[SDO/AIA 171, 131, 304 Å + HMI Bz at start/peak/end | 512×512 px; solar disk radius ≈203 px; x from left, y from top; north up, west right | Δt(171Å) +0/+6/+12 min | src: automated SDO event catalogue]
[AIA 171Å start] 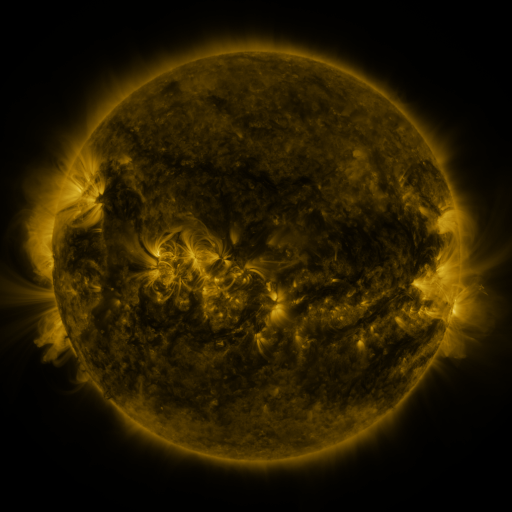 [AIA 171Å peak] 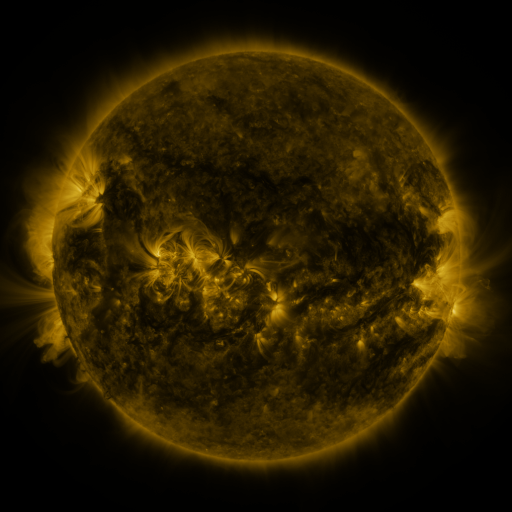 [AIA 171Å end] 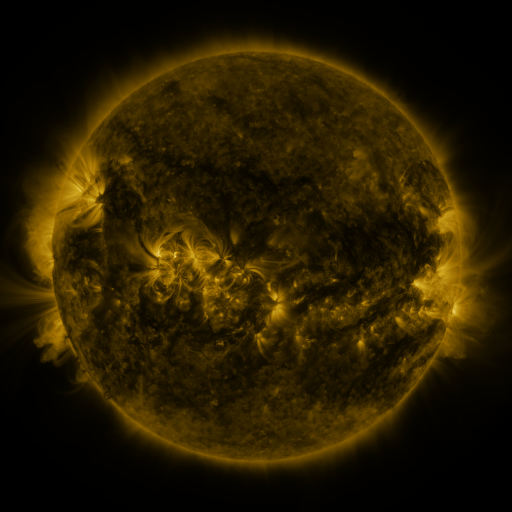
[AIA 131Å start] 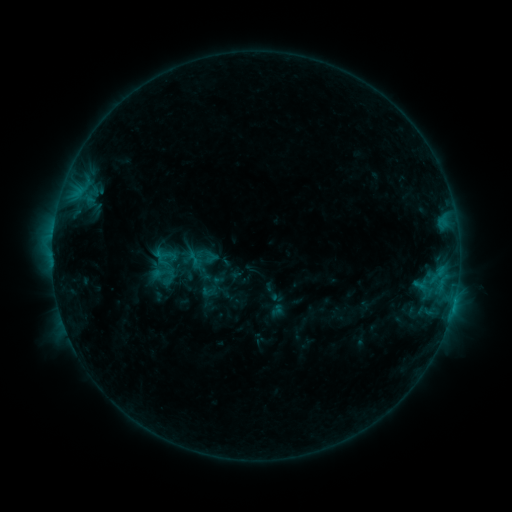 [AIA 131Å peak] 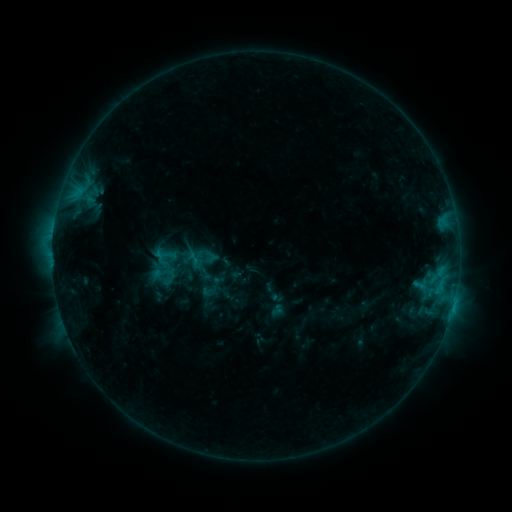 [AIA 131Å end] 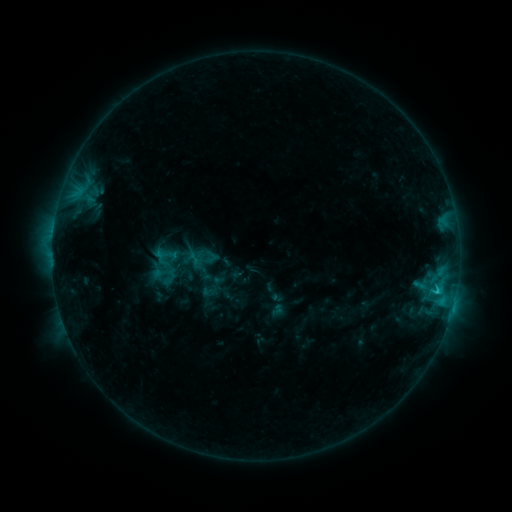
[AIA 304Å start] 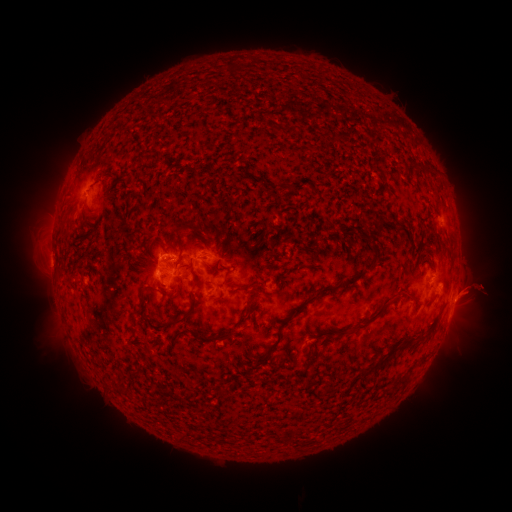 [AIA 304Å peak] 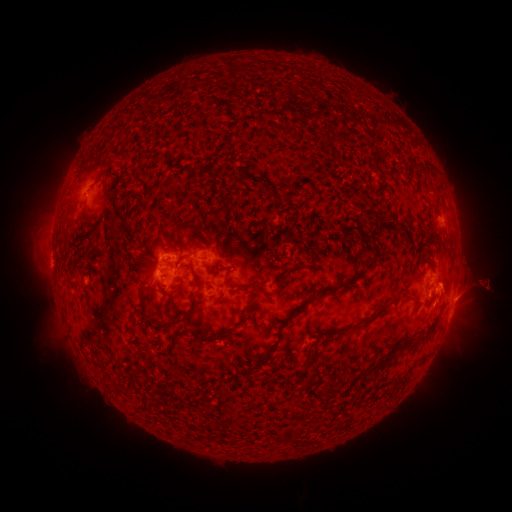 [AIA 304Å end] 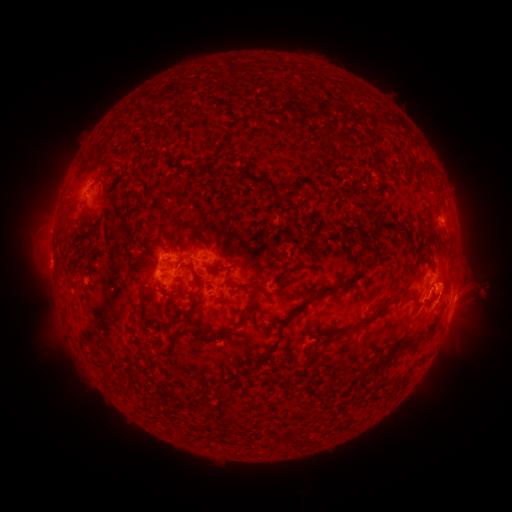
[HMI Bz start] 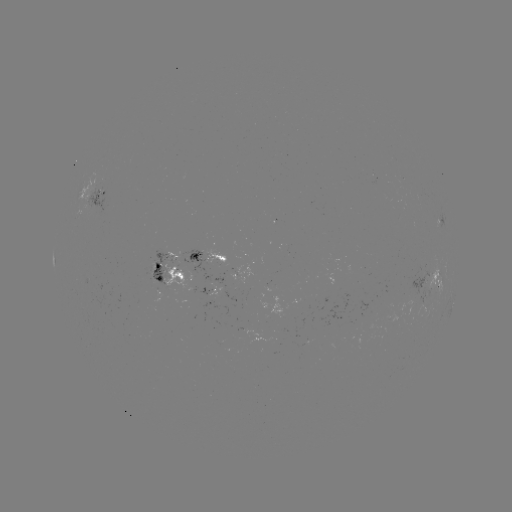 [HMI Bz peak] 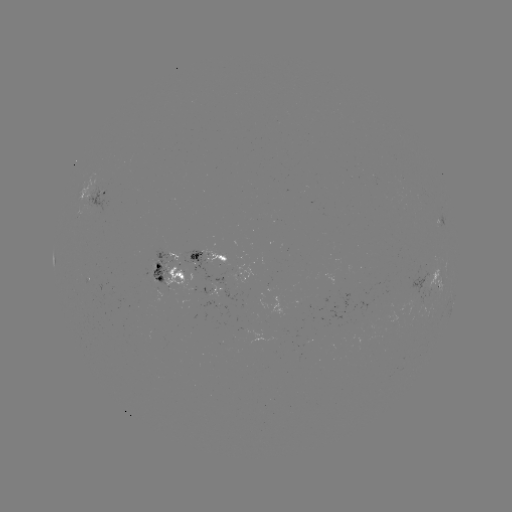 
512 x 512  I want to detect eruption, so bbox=[439, 257, 511, 317].